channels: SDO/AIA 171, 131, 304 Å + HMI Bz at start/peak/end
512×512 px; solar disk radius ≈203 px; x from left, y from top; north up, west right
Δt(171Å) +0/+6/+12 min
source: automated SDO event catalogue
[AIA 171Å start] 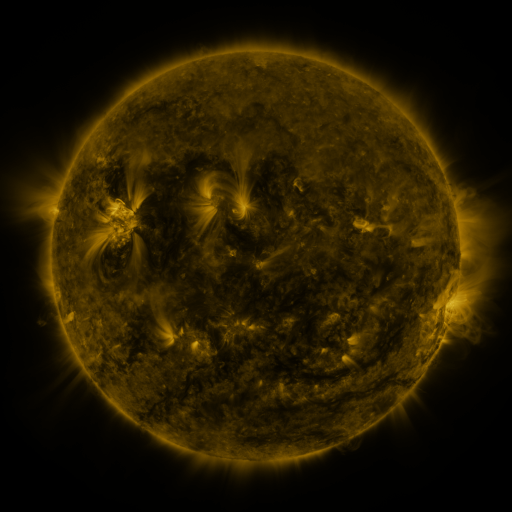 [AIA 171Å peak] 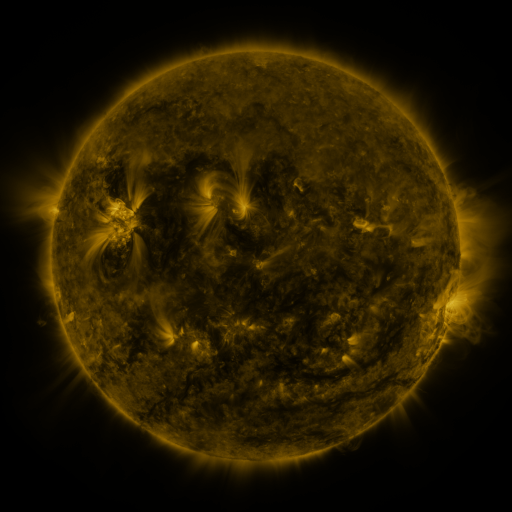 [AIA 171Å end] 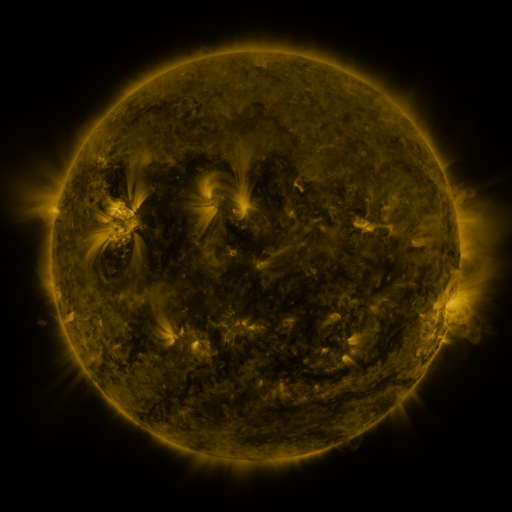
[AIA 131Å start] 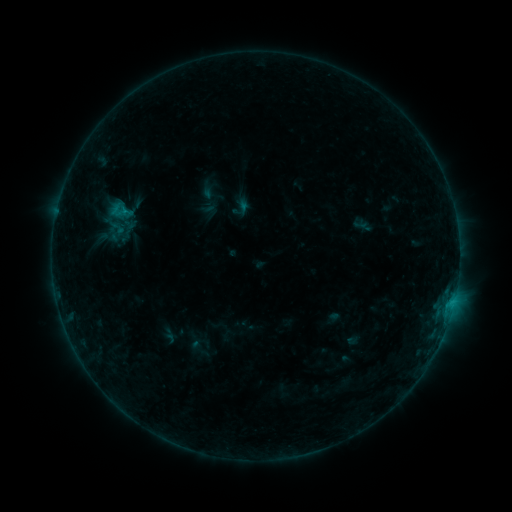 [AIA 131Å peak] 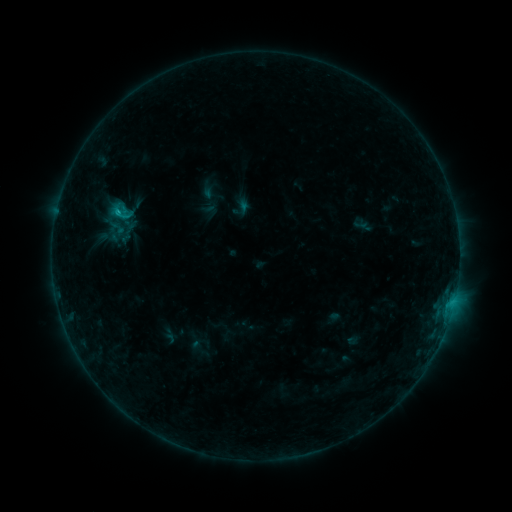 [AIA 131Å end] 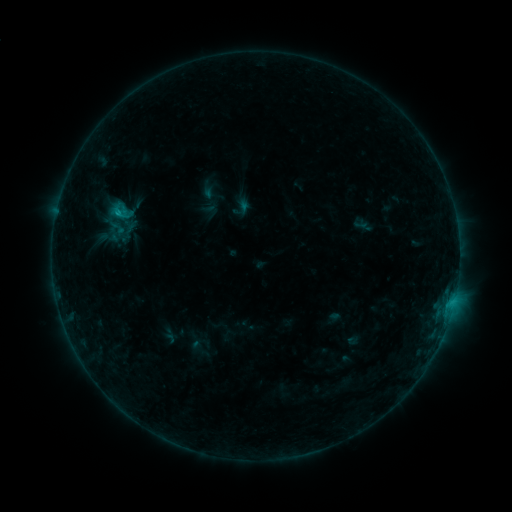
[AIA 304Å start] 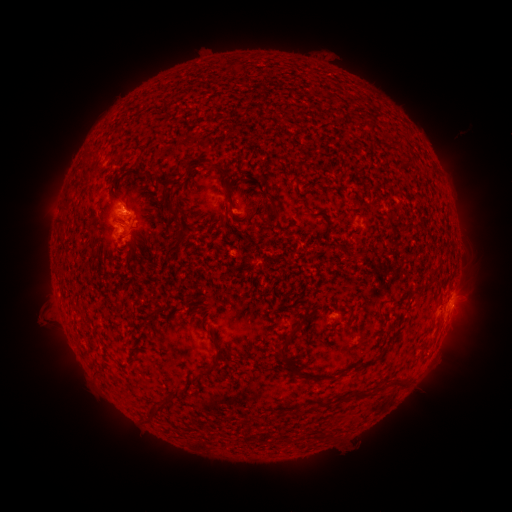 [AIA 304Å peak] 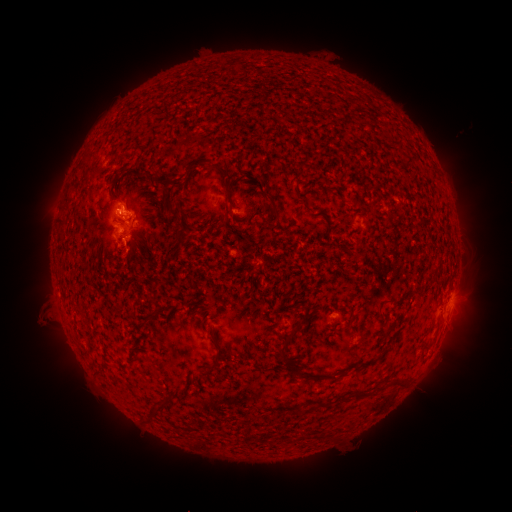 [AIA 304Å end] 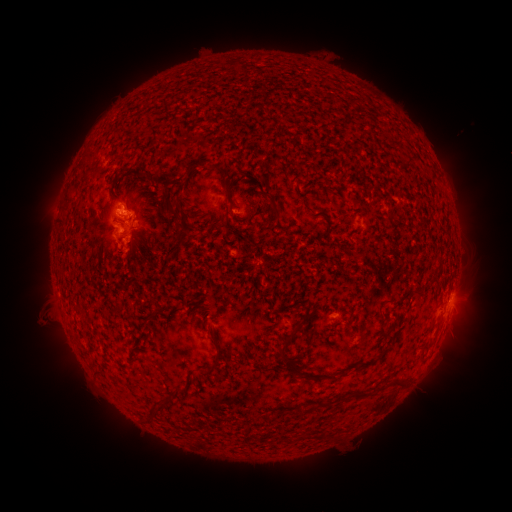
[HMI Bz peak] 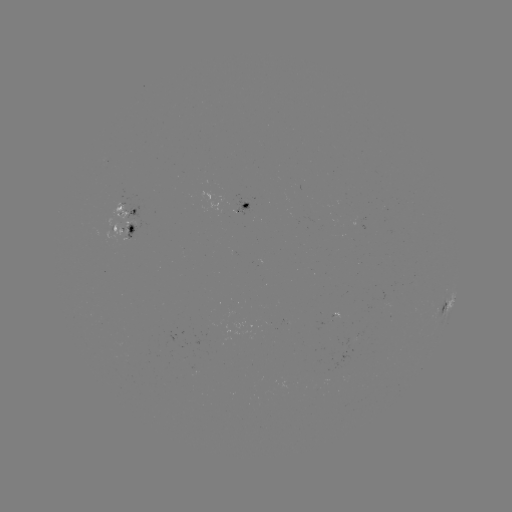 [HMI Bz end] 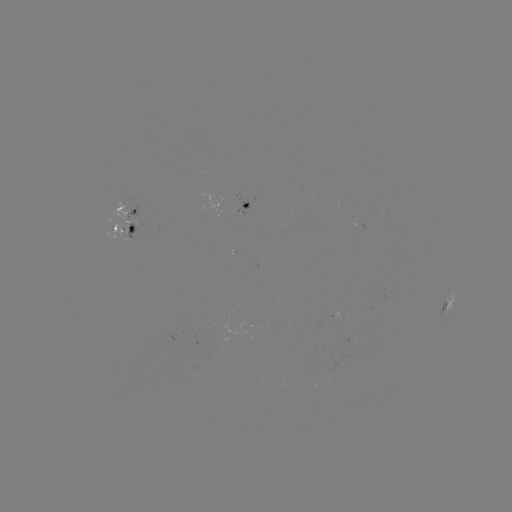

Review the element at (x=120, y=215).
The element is B7.6 flare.